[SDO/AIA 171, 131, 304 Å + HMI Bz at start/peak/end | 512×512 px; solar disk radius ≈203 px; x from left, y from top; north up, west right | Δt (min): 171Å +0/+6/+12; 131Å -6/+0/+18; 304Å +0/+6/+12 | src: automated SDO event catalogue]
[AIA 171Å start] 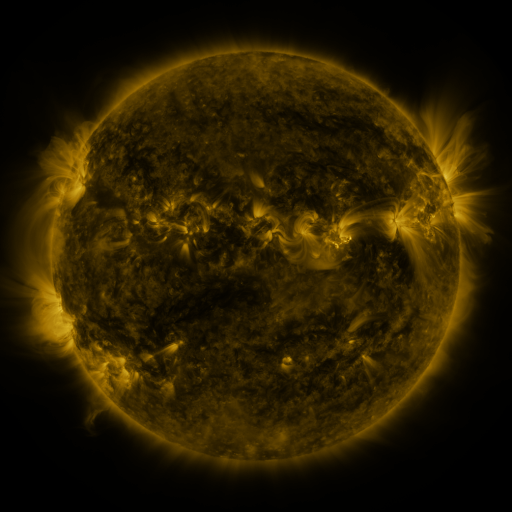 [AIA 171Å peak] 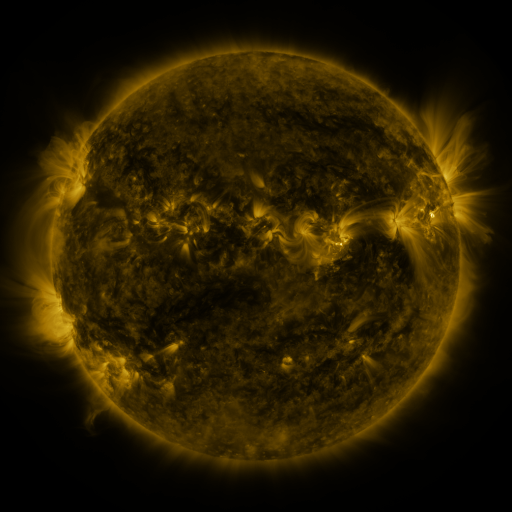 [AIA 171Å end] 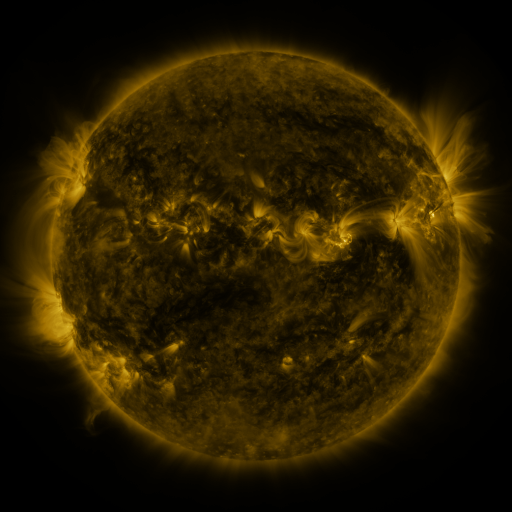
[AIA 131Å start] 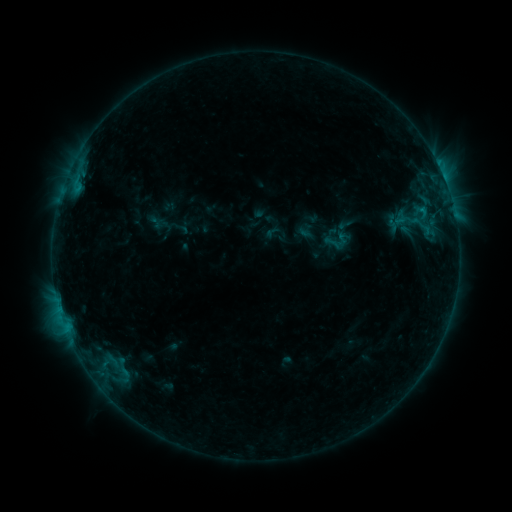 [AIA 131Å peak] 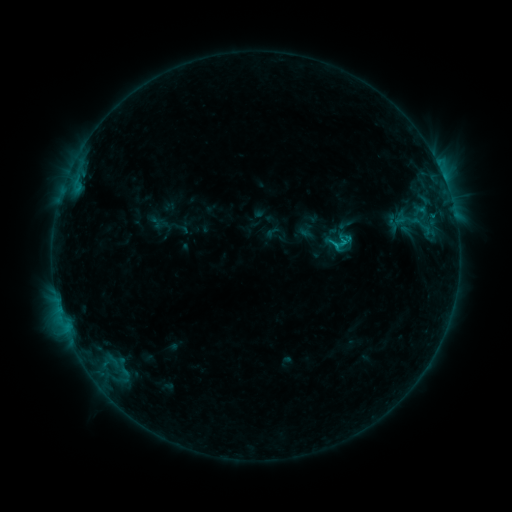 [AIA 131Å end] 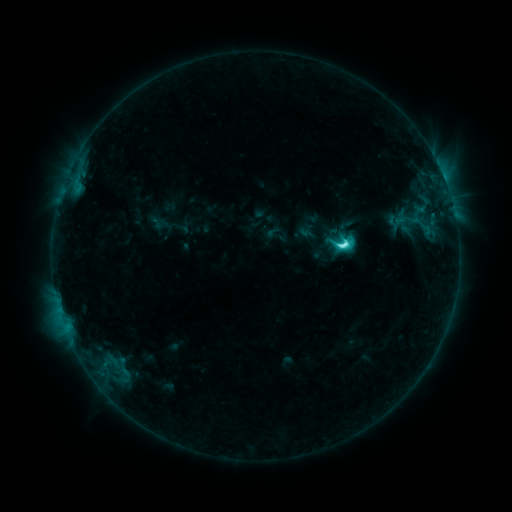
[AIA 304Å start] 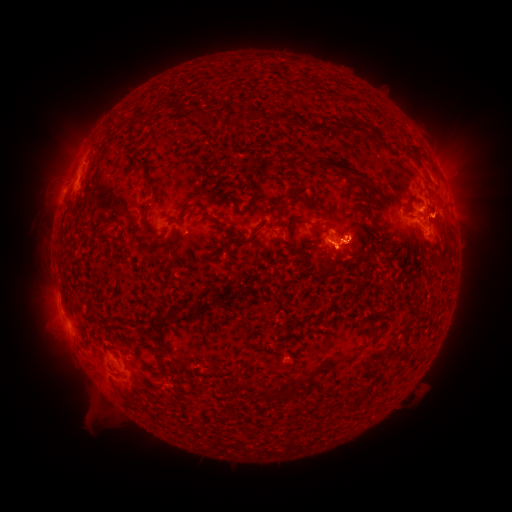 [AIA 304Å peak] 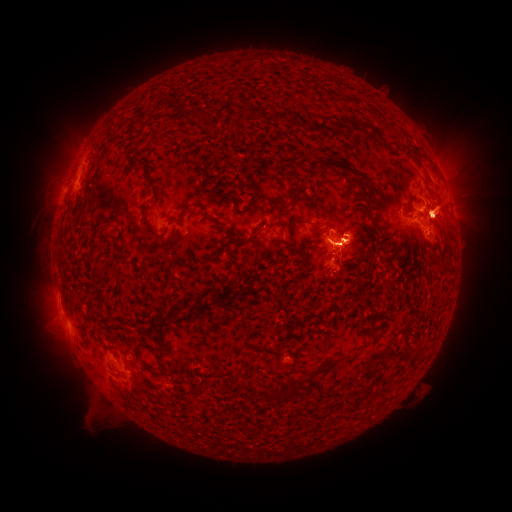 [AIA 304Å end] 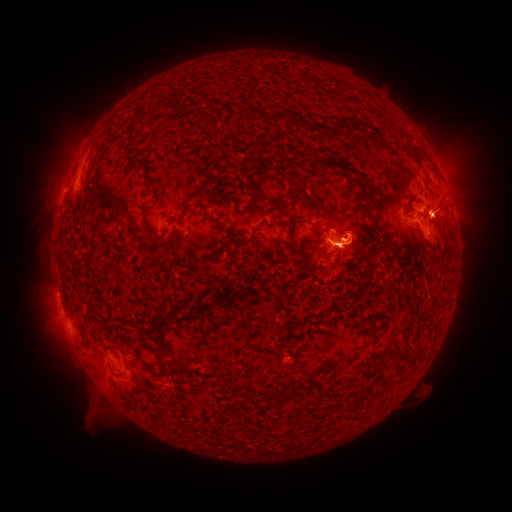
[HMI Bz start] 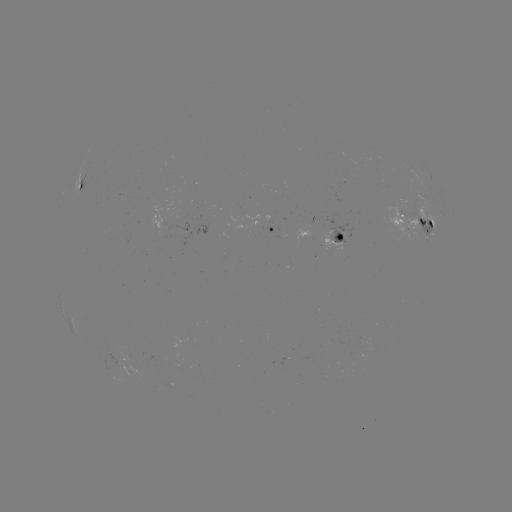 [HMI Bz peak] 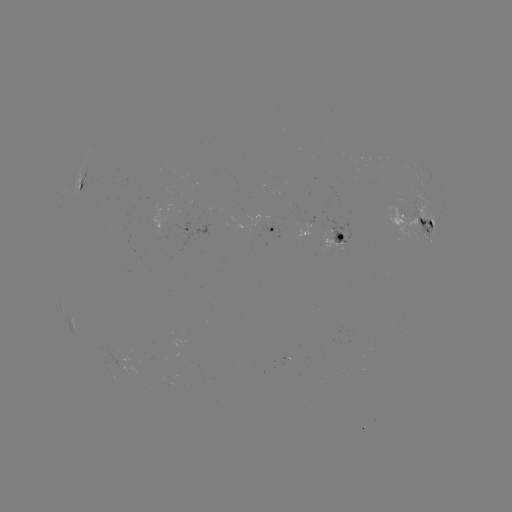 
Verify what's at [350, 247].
eruption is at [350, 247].